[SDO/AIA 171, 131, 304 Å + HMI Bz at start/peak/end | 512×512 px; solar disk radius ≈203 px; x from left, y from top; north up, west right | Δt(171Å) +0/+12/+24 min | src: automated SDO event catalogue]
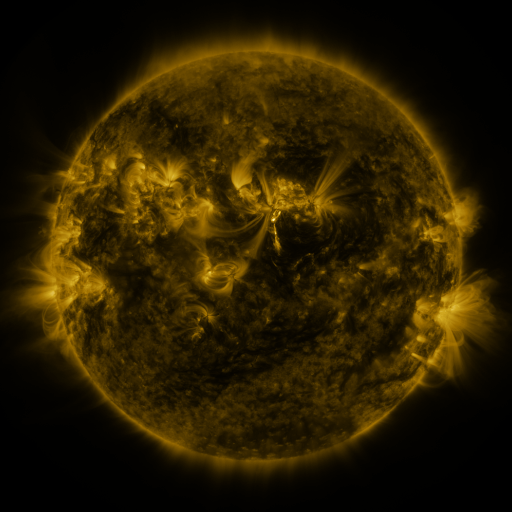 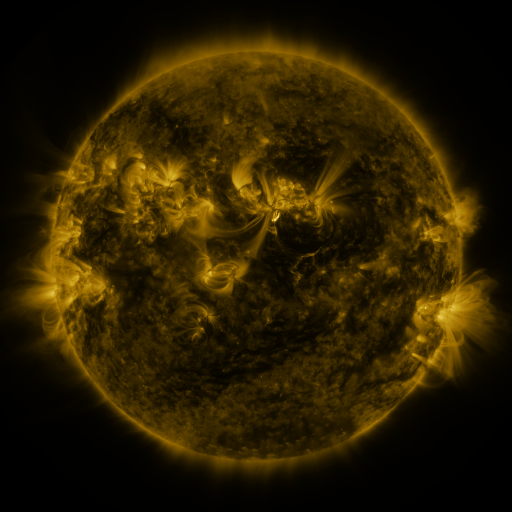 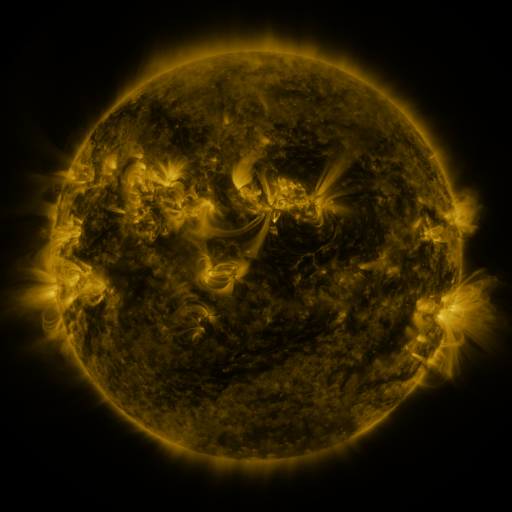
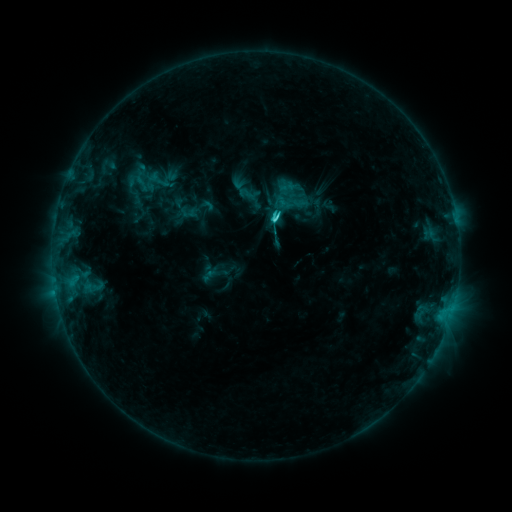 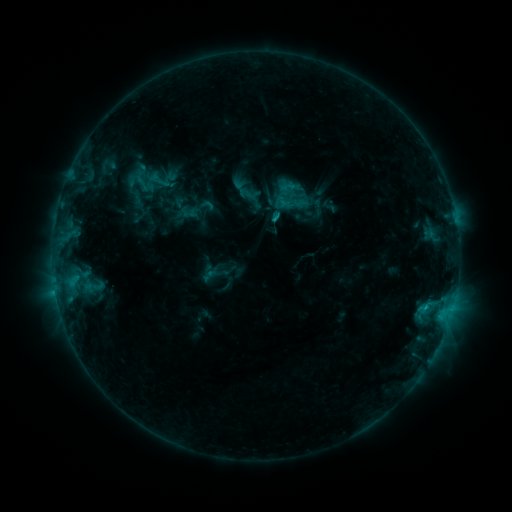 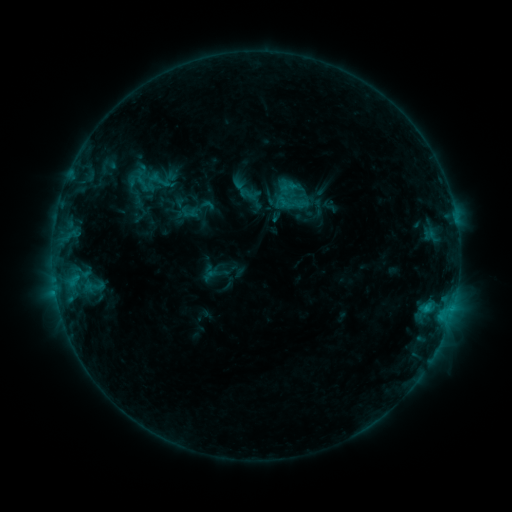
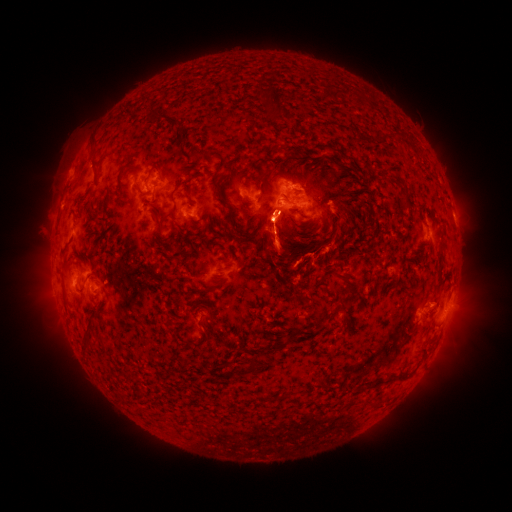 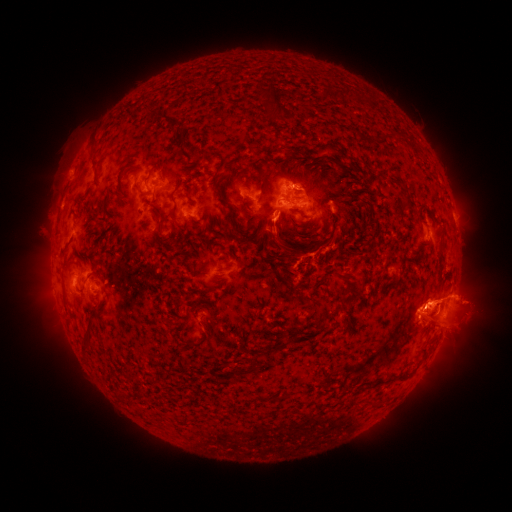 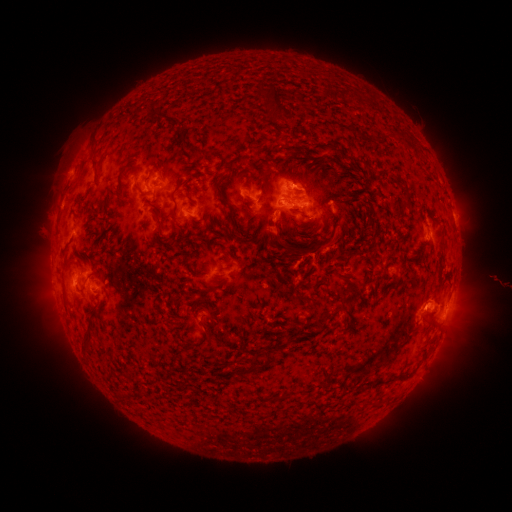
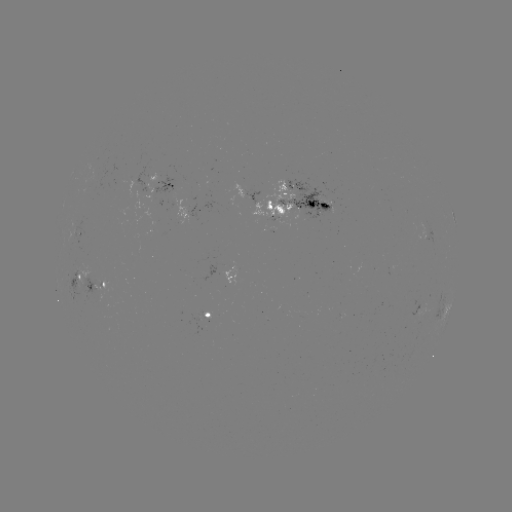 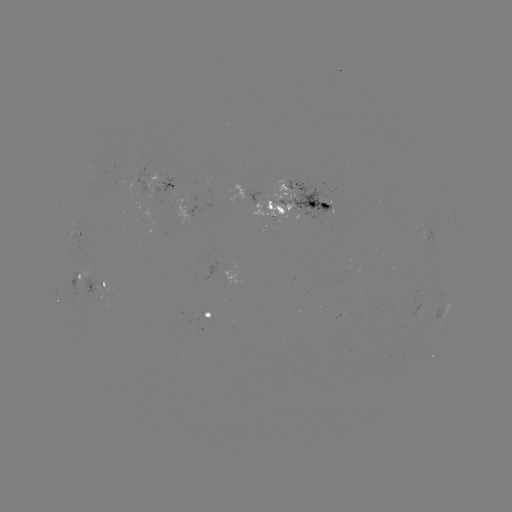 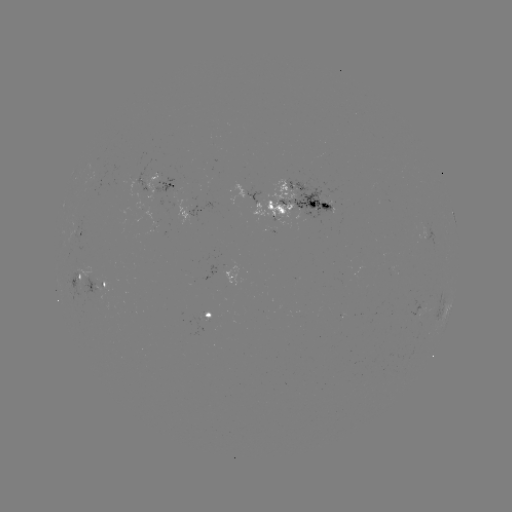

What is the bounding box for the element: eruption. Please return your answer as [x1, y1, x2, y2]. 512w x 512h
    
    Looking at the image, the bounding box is [391, 267, 511, 364].